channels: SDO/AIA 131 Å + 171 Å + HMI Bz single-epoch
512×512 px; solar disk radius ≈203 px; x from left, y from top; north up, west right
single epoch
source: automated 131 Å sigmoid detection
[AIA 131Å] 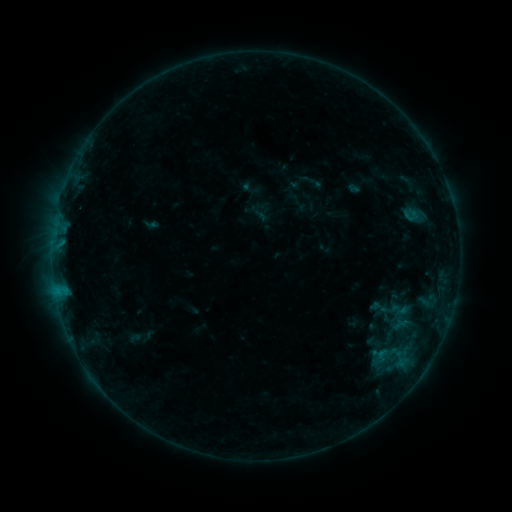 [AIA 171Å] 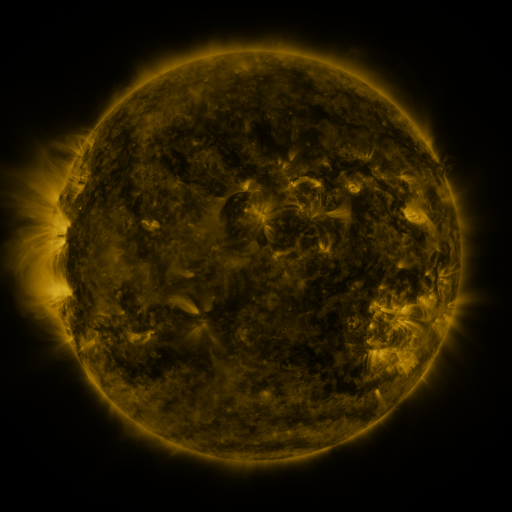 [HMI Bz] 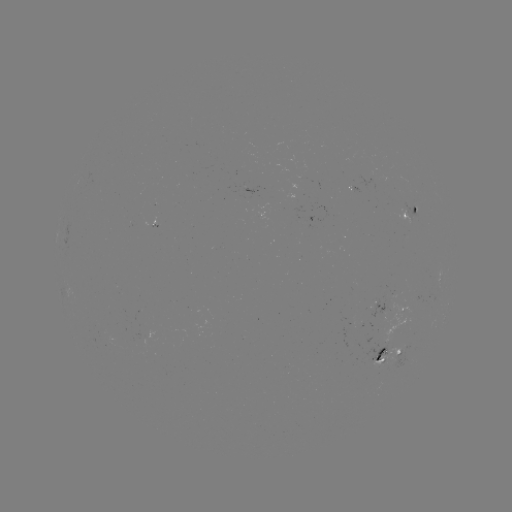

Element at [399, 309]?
sigmoid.